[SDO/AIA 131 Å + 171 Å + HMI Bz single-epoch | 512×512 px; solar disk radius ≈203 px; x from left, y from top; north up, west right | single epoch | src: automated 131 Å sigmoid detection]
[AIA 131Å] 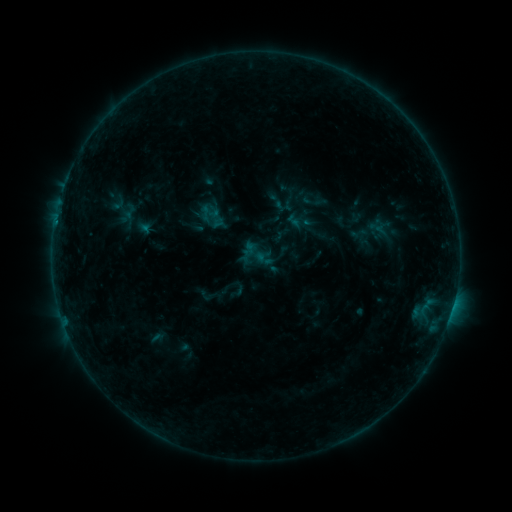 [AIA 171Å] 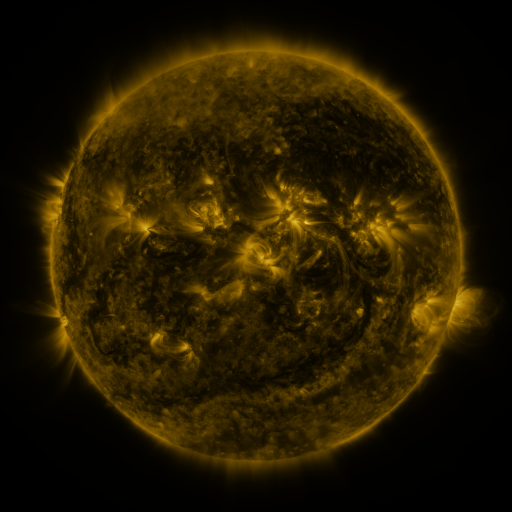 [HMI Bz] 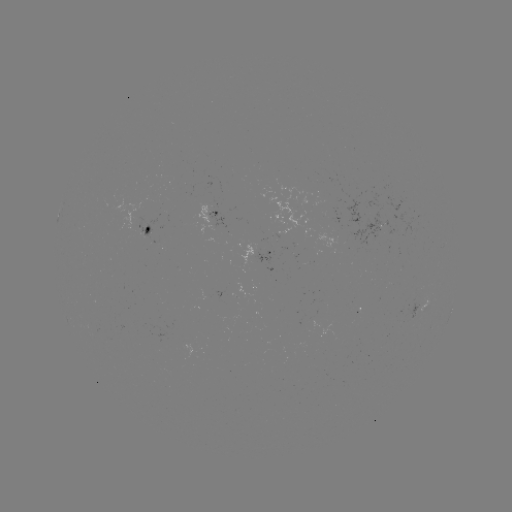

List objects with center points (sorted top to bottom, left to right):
sigmoid: (290, 200)
sigmoid: (206, 213)
